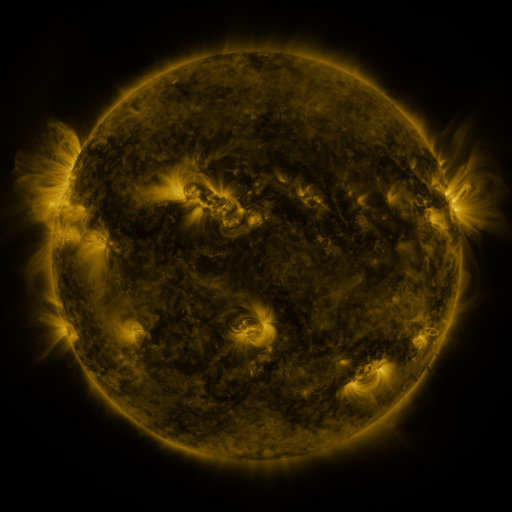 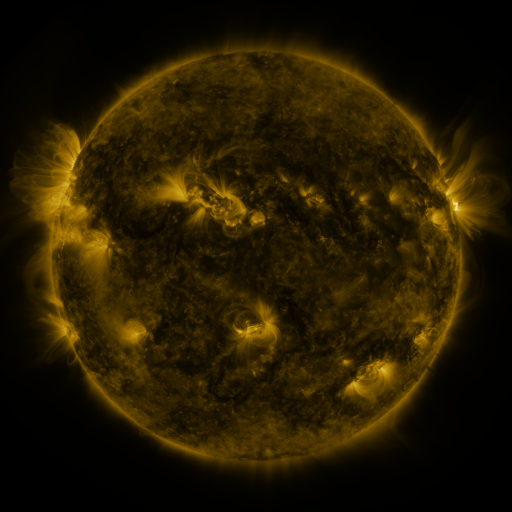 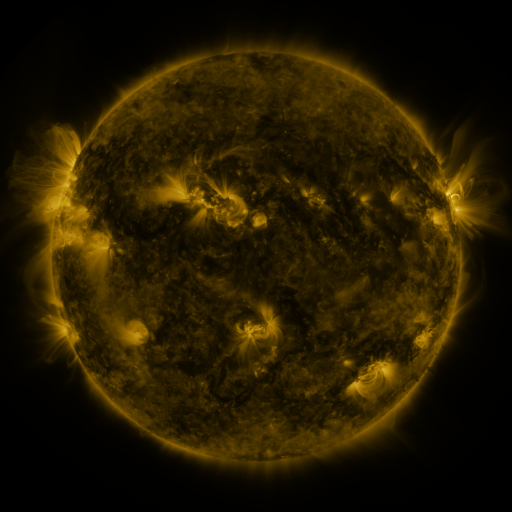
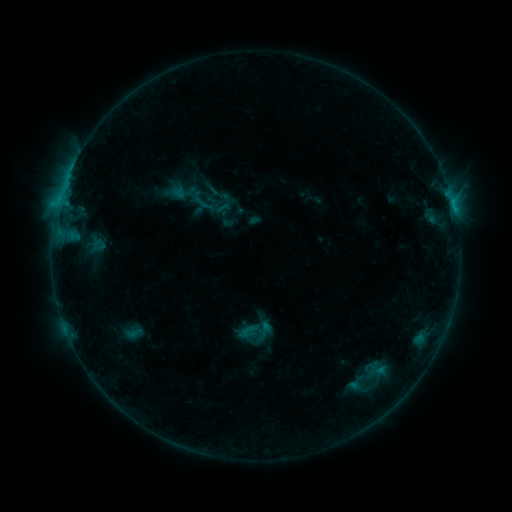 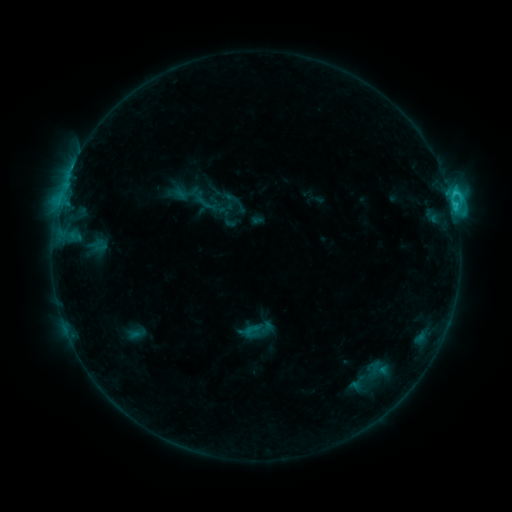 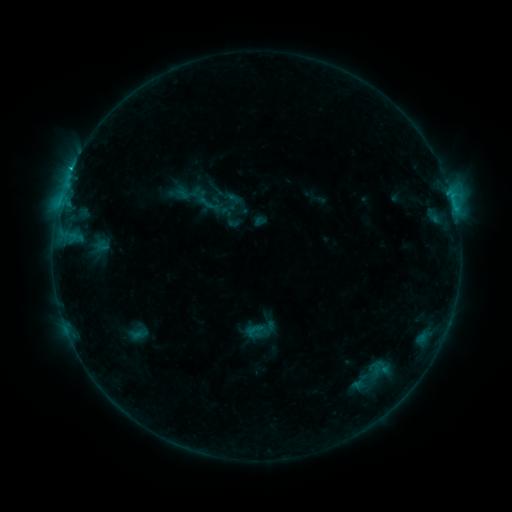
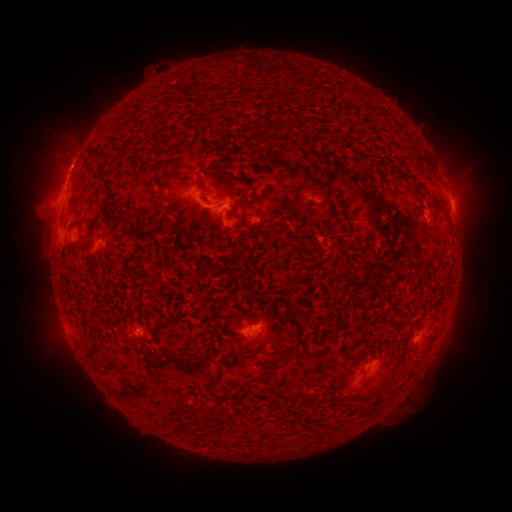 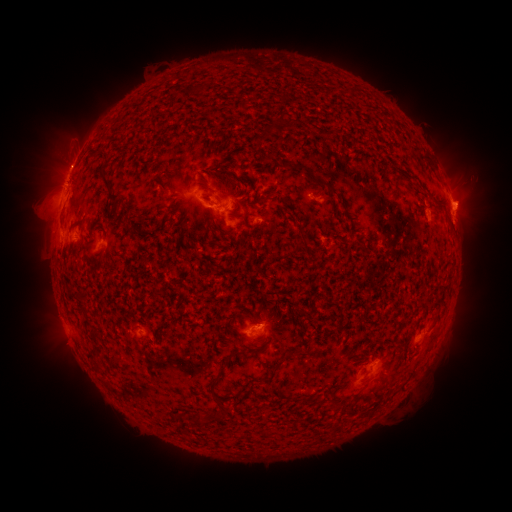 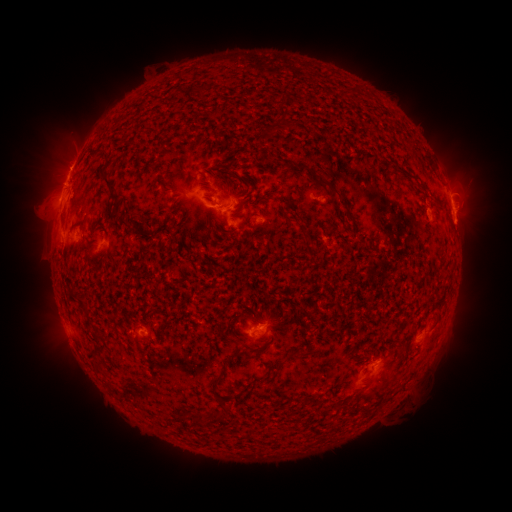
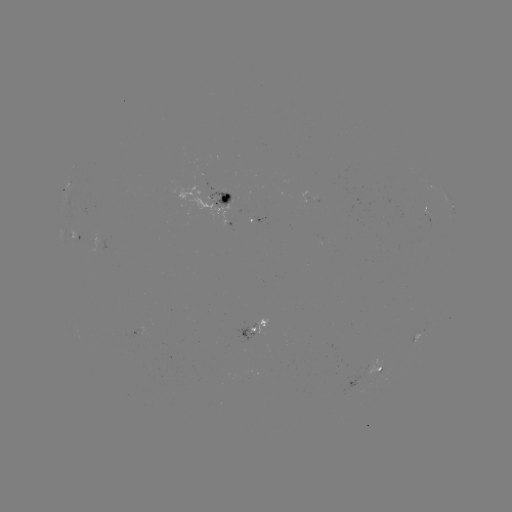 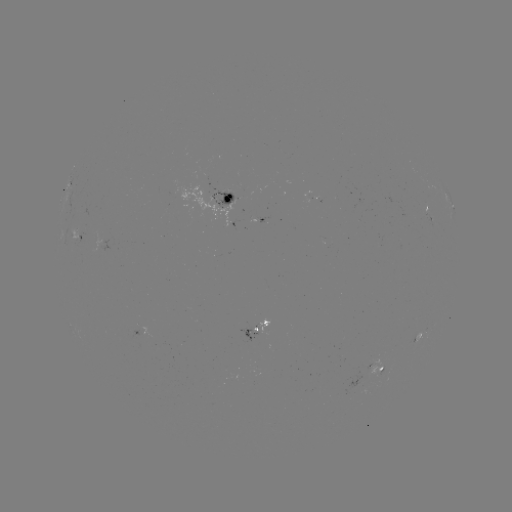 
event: flare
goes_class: C2.3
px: (453, 208)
